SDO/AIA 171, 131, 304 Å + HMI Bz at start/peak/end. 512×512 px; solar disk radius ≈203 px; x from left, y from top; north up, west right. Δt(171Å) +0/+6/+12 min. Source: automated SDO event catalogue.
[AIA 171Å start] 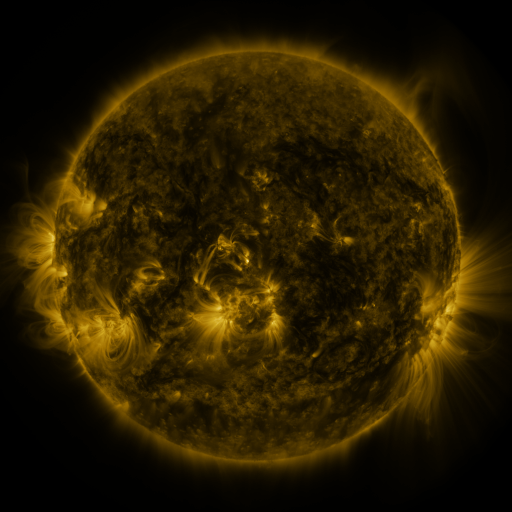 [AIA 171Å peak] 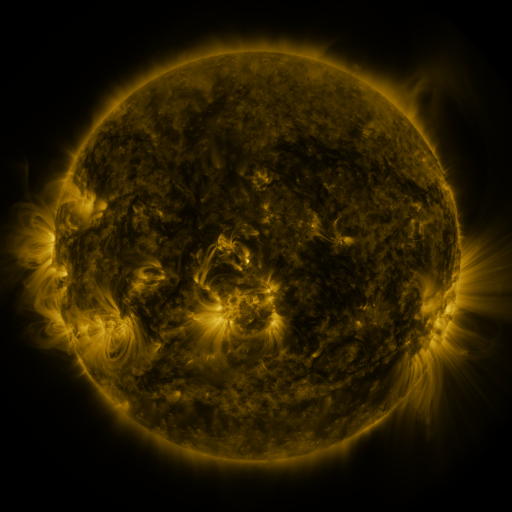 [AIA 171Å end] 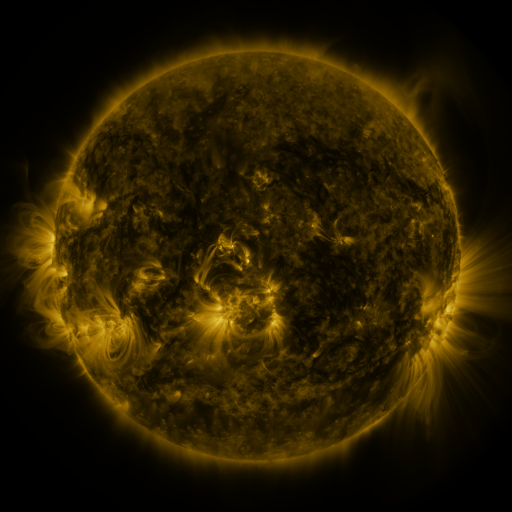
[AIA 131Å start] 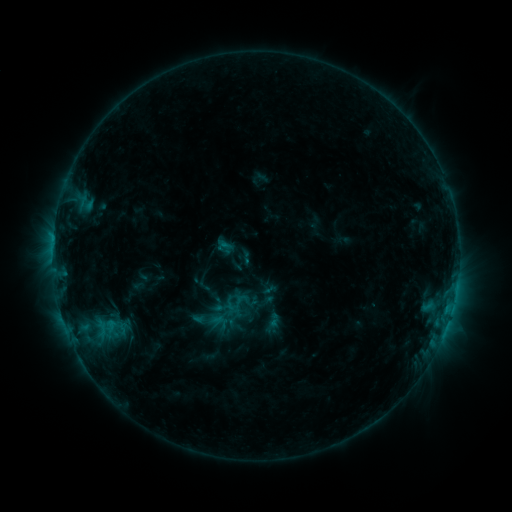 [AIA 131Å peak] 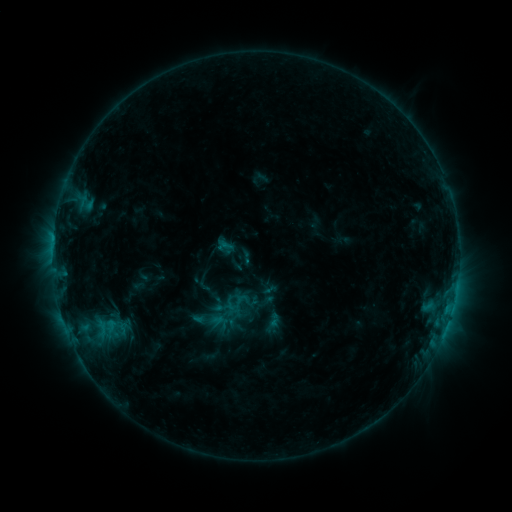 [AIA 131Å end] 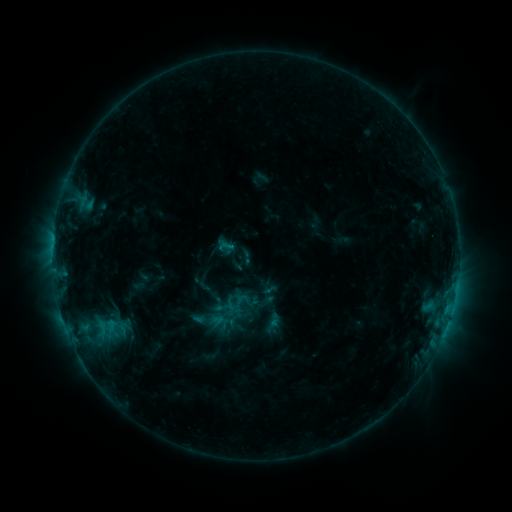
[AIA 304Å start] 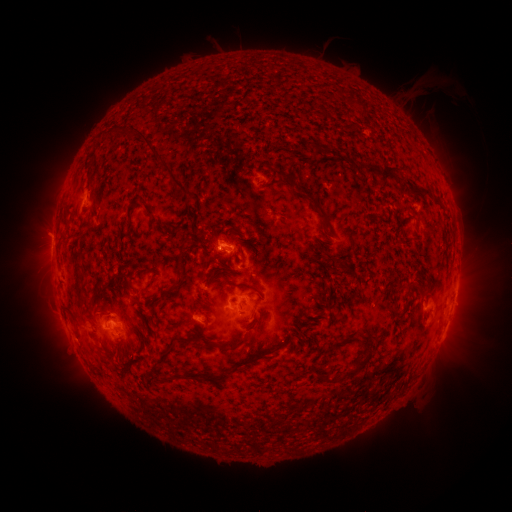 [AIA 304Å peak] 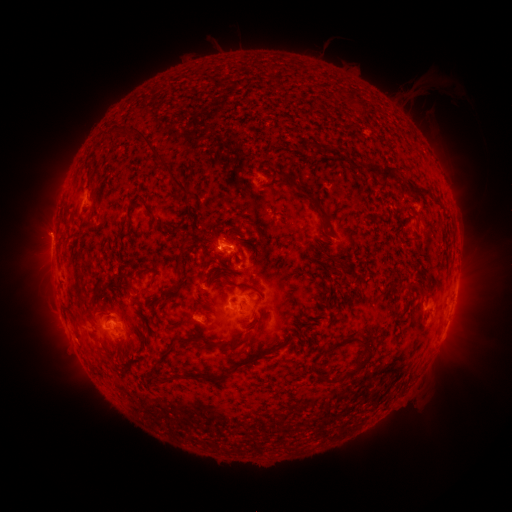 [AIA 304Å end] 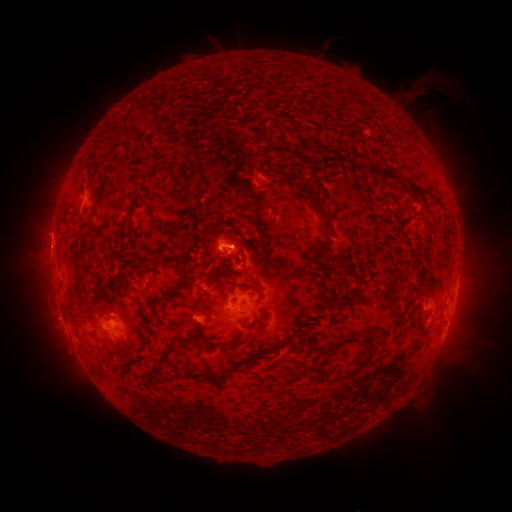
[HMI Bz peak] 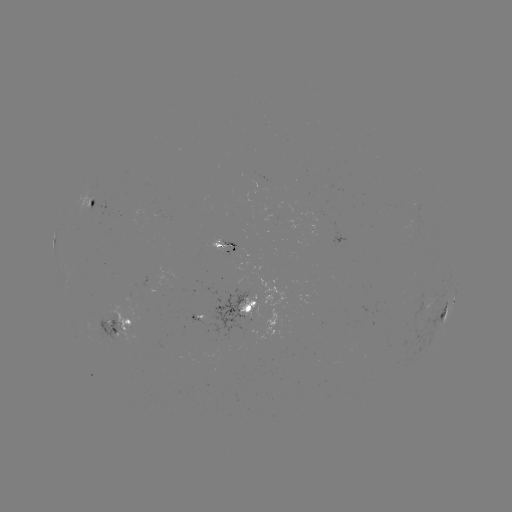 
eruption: [21, 207, 77, 259]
